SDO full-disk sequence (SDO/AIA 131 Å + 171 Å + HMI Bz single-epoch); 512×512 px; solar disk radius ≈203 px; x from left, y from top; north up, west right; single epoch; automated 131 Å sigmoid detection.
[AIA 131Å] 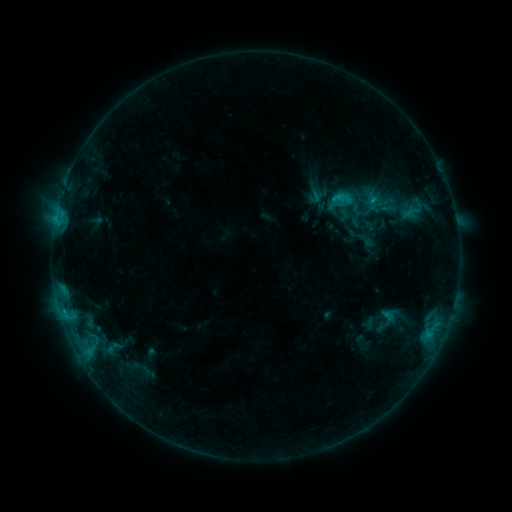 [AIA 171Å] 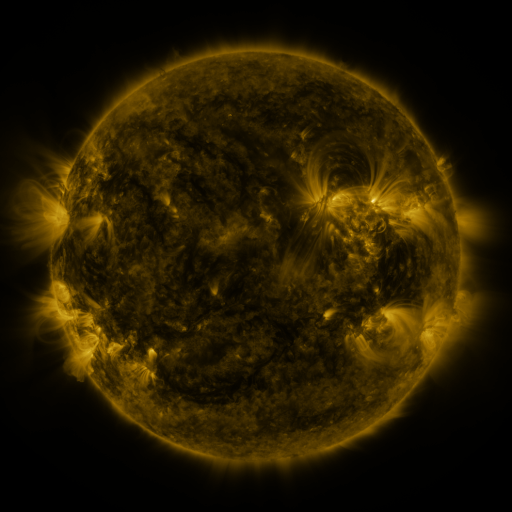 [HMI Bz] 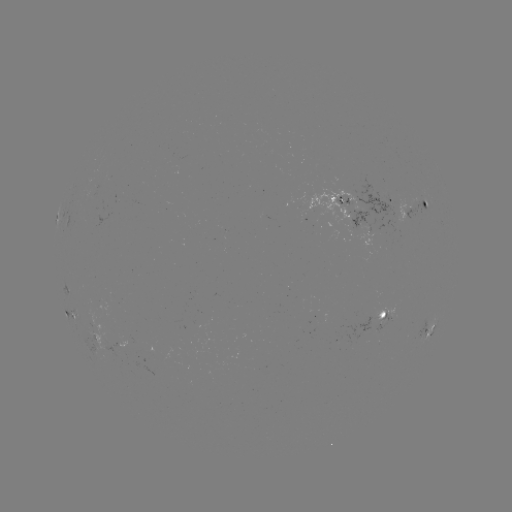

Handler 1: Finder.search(sigmoid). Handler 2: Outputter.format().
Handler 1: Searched sigmoid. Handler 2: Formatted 362,198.